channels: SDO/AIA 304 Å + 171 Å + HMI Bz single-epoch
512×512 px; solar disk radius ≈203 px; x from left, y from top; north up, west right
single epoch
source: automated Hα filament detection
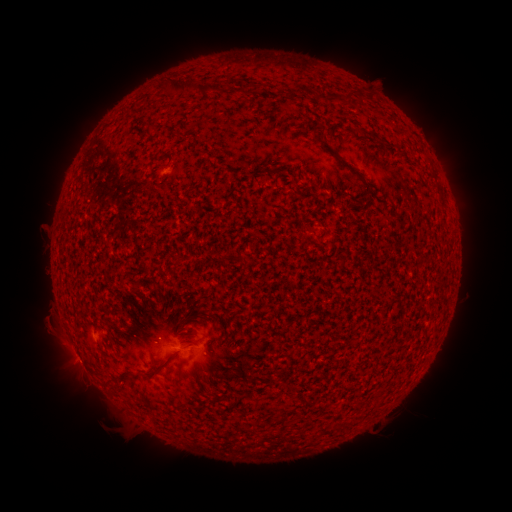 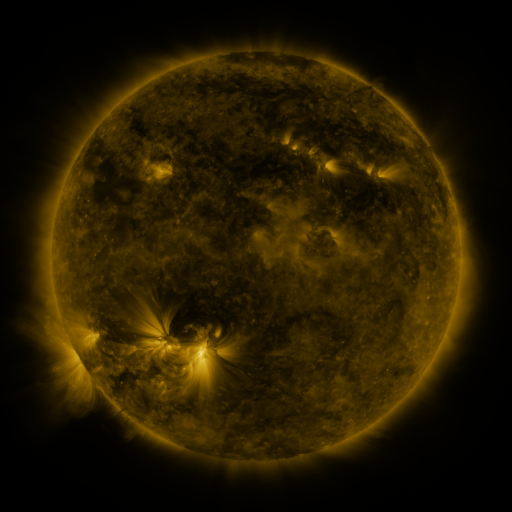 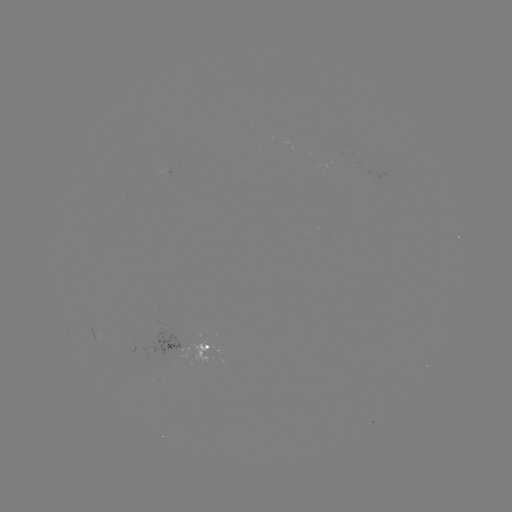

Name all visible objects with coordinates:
filament: (160, 78, 197, 95)
filament: (244, 85, 258, 96)
filament: (200, 86, 211, 94)
filament: (343, 91, 354, 105)
filament: (314, 92, 342, 103)
filament: (309, 123, 319, 134)
filament: (320, 142, 364, 182)
filament: (142, 361, 167, 377)
